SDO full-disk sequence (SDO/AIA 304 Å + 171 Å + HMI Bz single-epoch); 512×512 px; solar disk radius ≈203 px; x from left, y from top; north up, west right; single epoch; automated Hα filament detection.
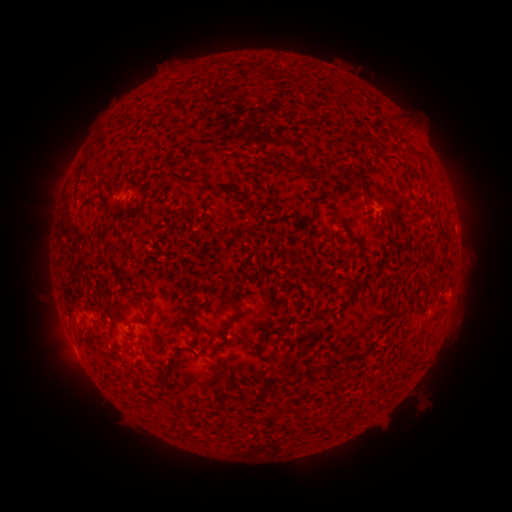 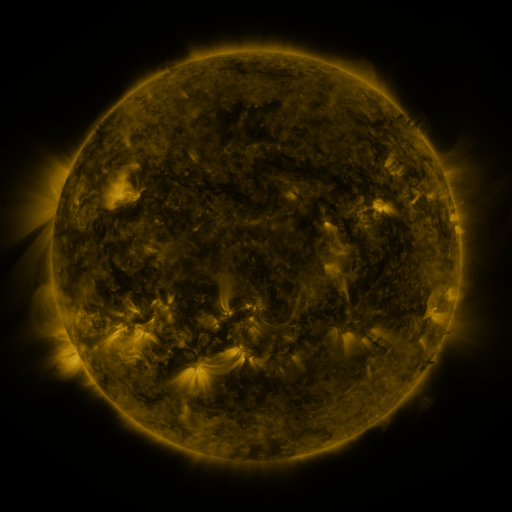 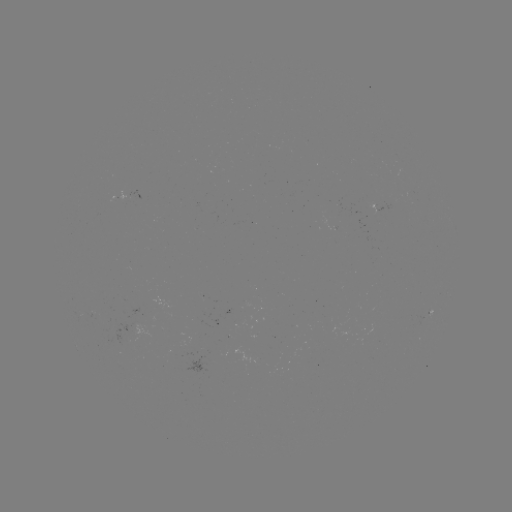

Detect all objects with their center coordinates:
filament: (416, 152)
filament: (344, 174)
filament: (355, 178)
filament: (185, 181)
filament: (223, 191)
filament: (406, 201)
filament: (339, 220)
filament: (194, 314)
filament: (234, 322)
filament: (408, 340)
filament: (264, 341)
filament: (279, 350)
filament: (309, 360)
filament: (169, 374)
filament: (222, 383)
filament: (167, 385)
